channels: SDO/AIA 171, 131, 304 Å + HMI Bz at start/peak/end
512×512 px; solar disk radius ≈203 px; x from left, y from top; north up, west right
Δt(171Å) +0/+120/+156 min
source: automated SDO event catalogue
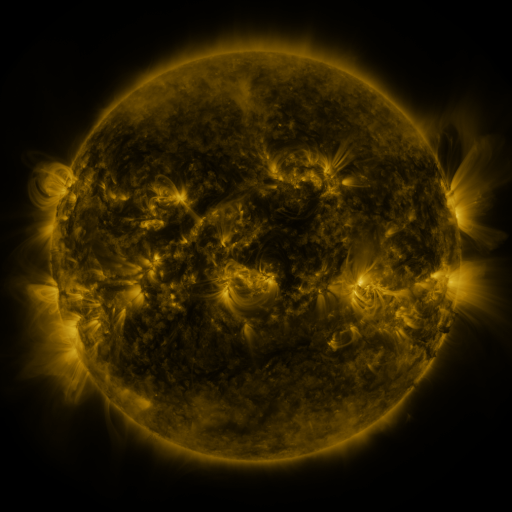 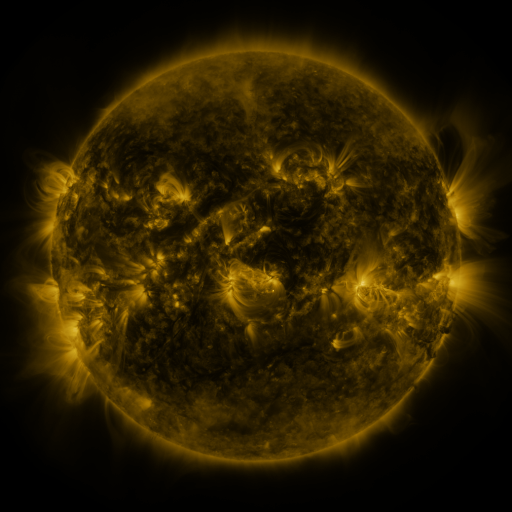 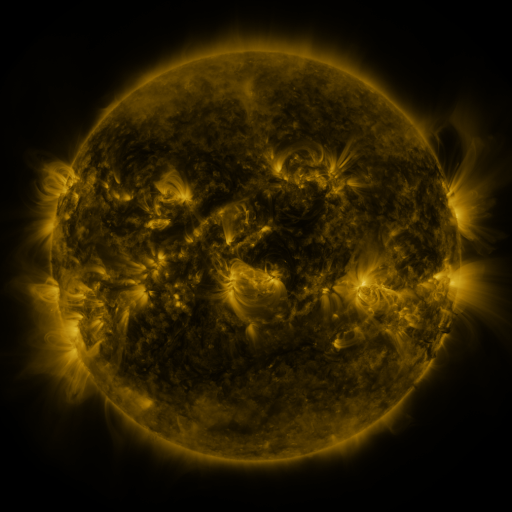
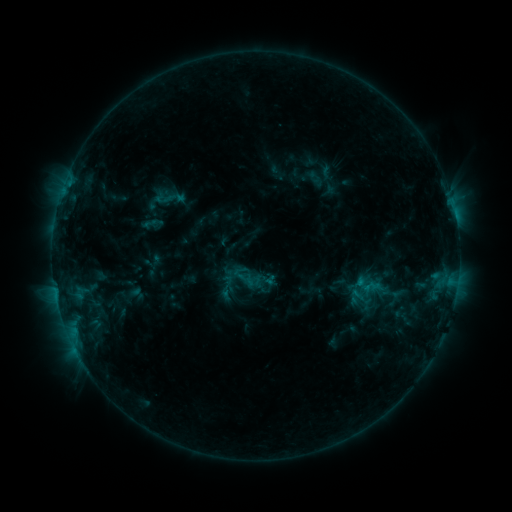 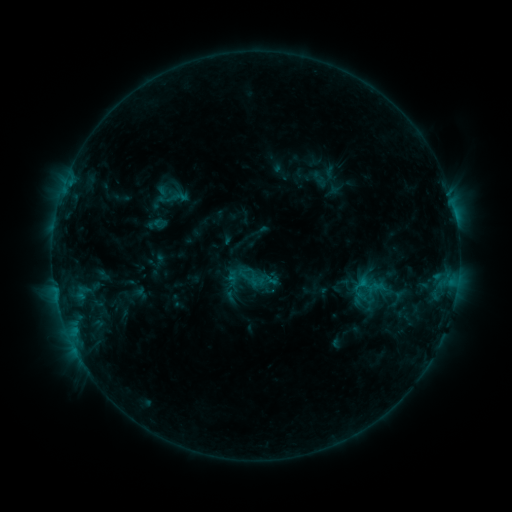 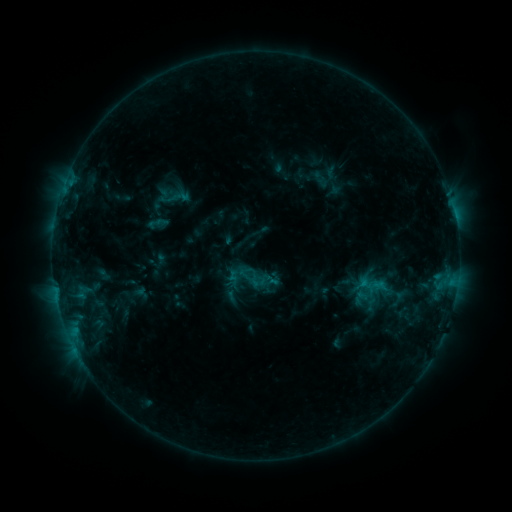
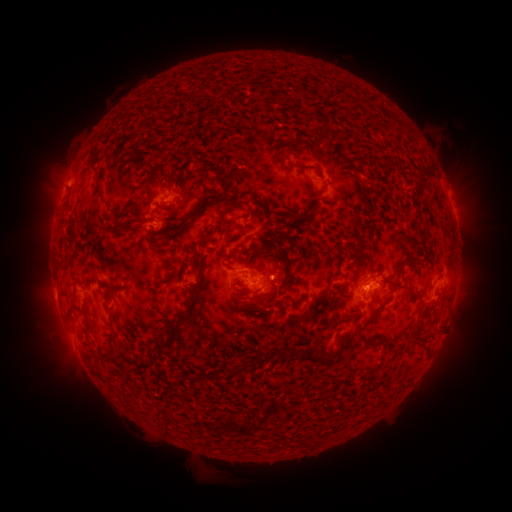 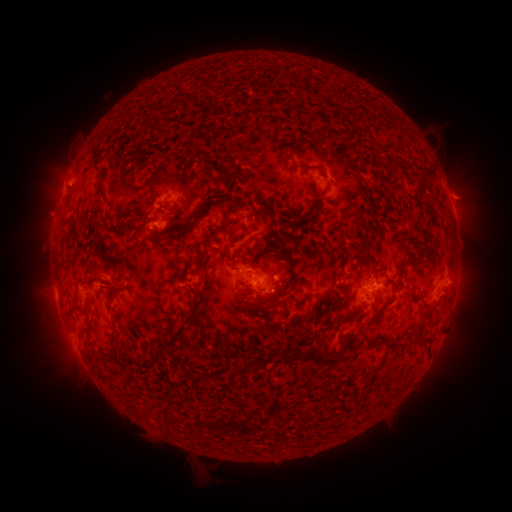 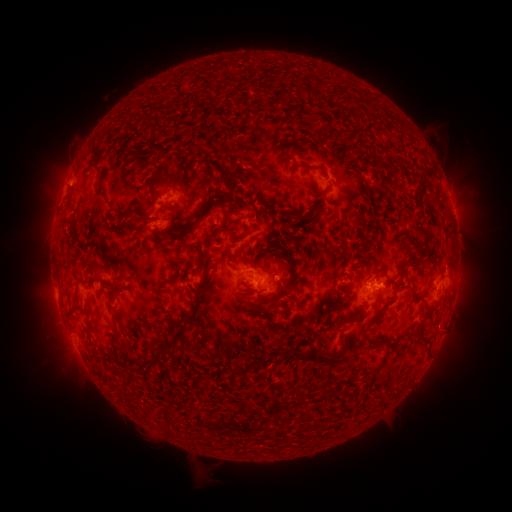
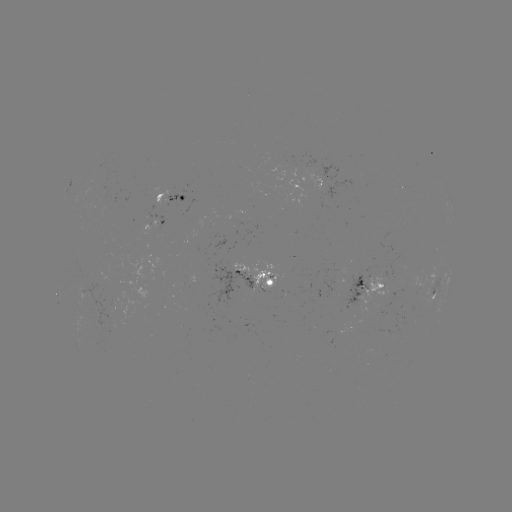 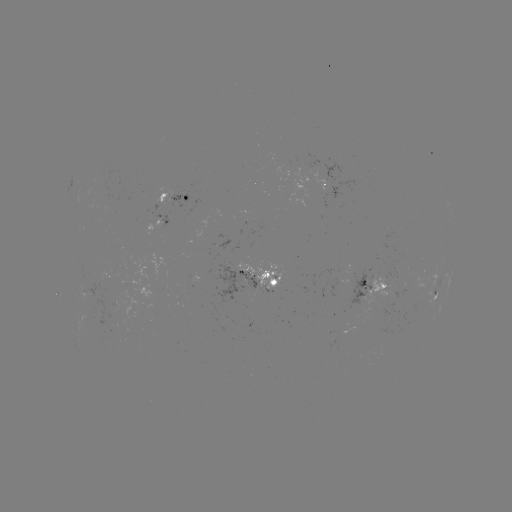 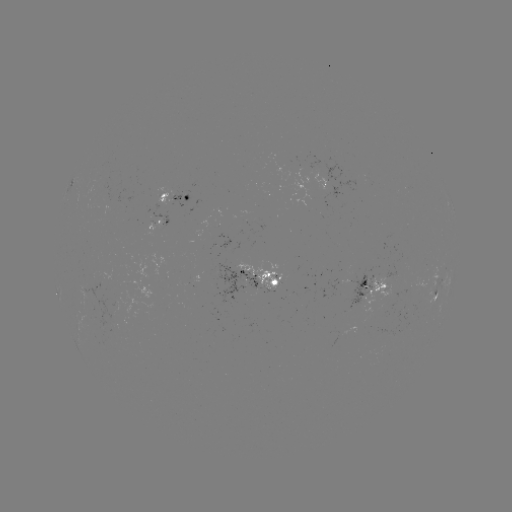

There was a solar emerging-flux region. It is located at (268, 282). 